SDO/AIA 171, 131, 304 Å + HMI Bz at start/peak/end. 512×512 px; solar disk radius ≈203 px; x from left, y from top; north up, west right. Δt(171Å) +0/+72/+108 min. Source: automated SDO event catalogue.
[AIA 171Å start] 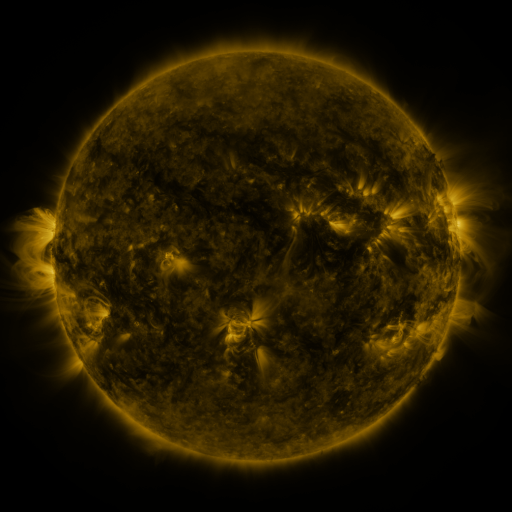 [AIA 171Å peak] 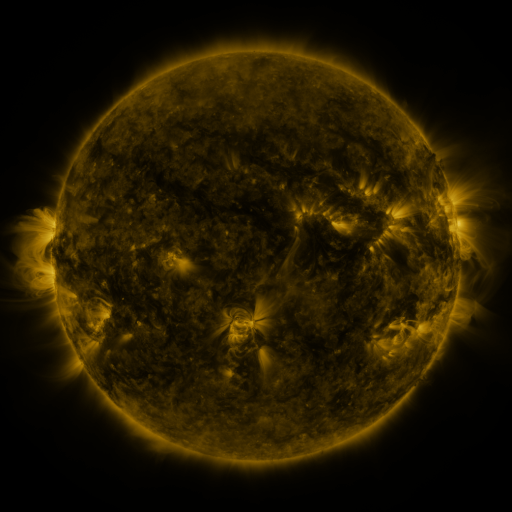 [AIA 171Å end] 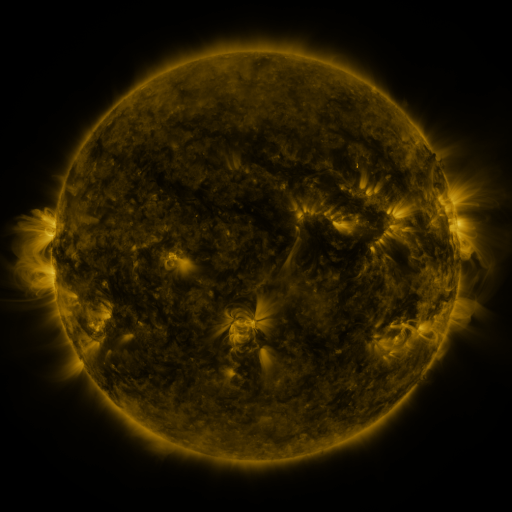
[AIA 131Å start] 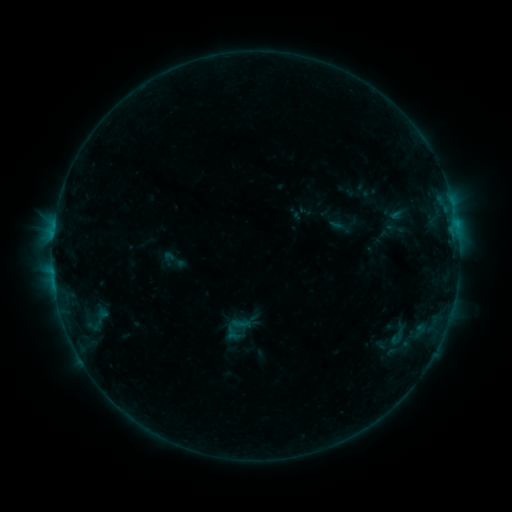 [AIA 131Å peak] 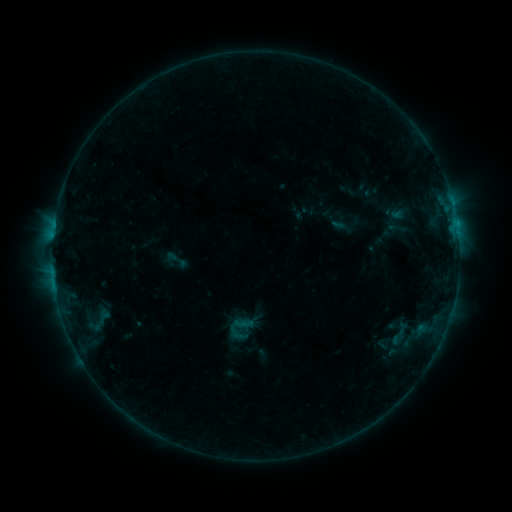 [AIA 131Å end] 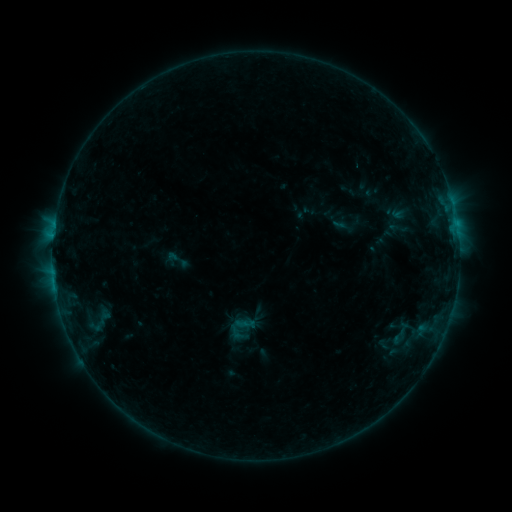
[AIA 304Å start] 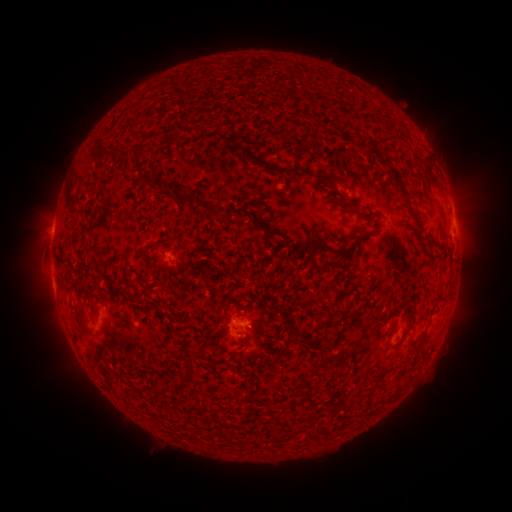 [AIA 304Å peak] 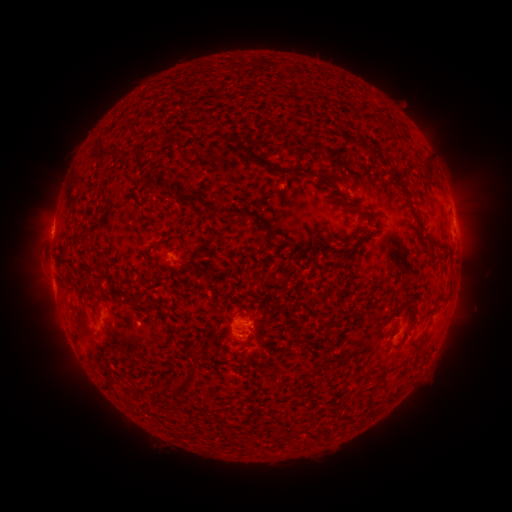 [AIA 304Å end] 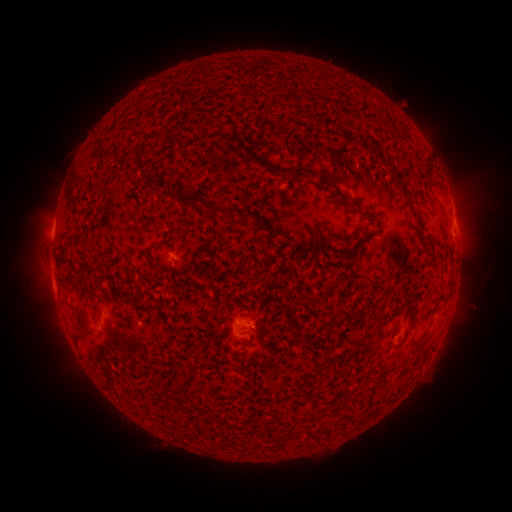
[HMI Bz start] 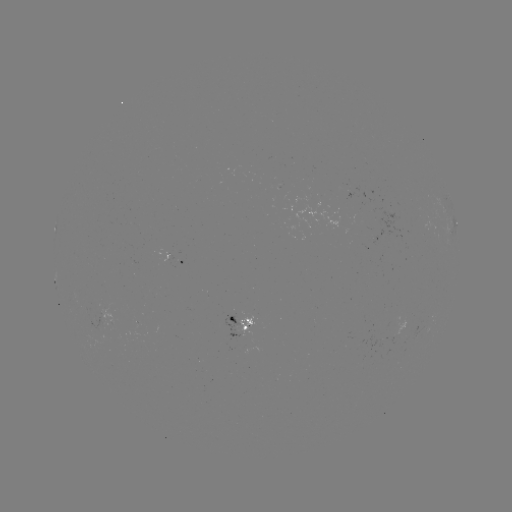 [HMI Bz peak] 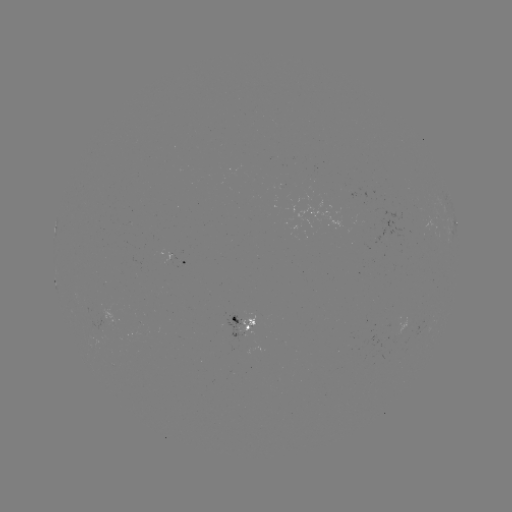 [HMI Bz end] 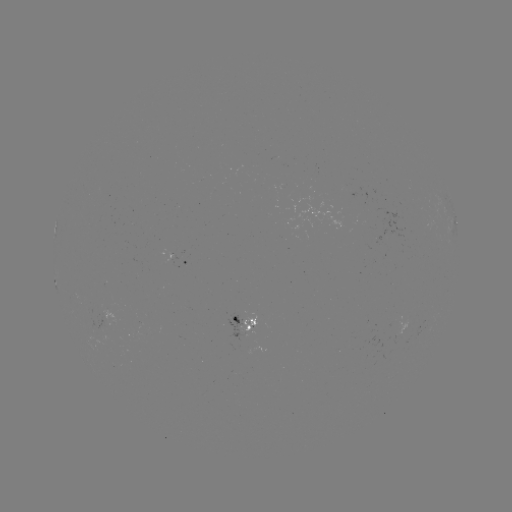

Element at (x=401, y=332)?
emerging-flux region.